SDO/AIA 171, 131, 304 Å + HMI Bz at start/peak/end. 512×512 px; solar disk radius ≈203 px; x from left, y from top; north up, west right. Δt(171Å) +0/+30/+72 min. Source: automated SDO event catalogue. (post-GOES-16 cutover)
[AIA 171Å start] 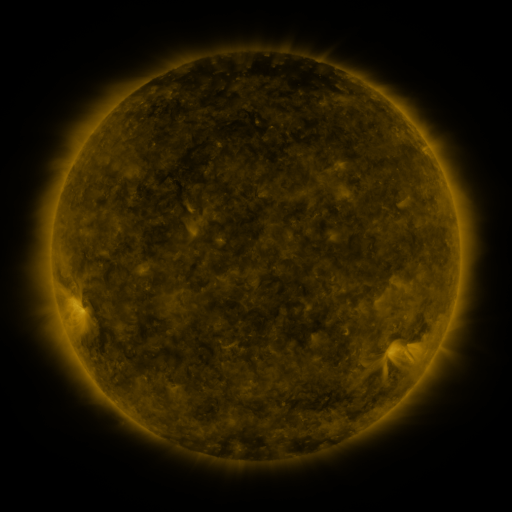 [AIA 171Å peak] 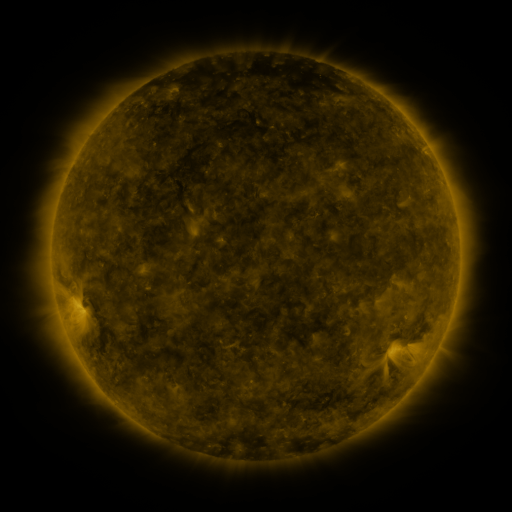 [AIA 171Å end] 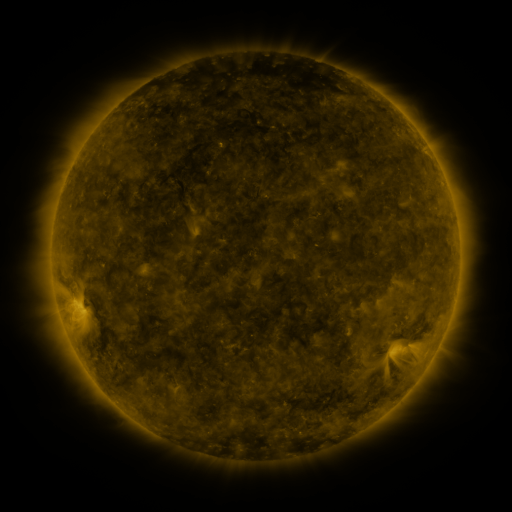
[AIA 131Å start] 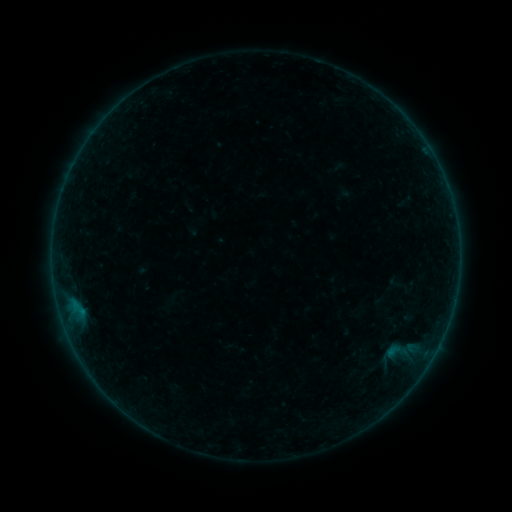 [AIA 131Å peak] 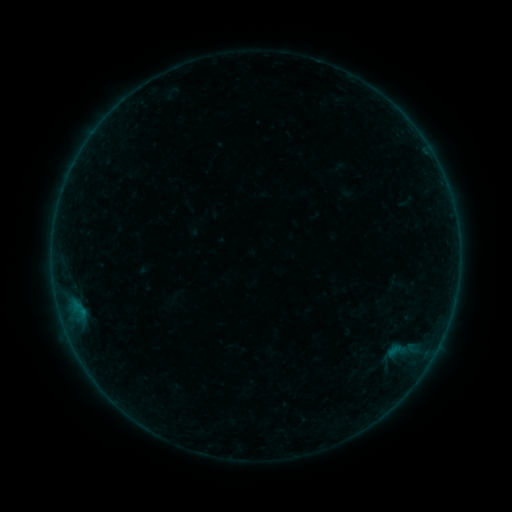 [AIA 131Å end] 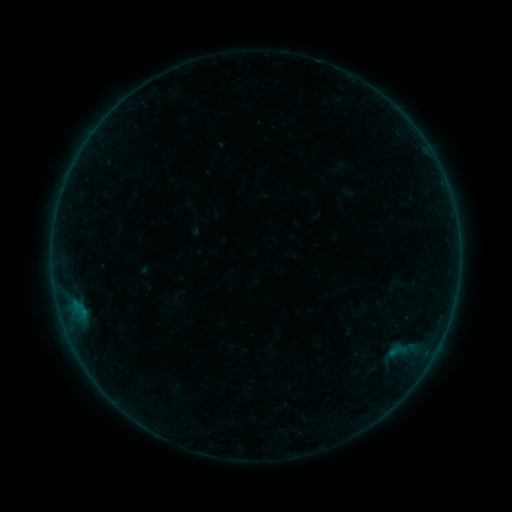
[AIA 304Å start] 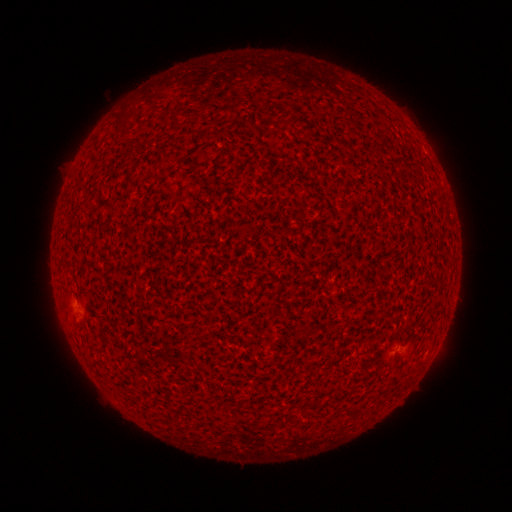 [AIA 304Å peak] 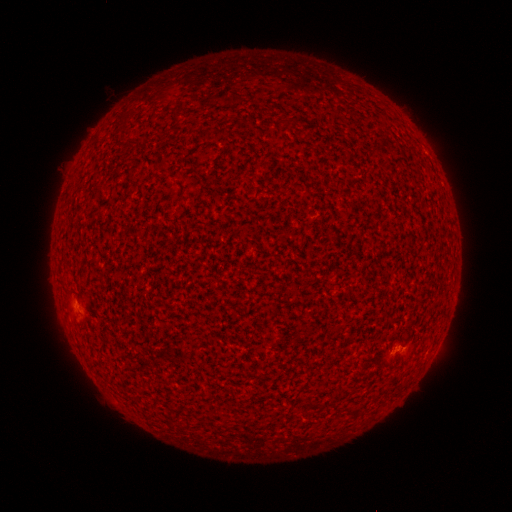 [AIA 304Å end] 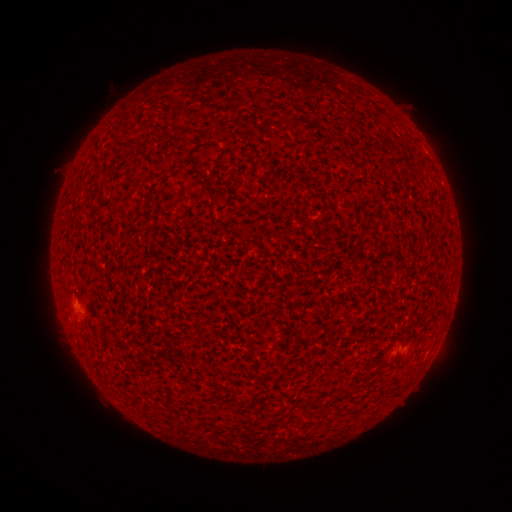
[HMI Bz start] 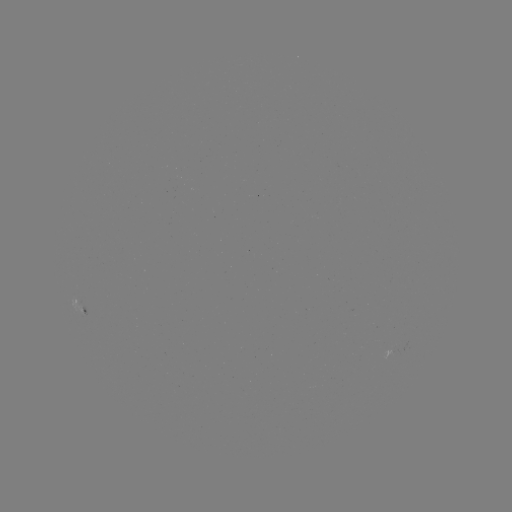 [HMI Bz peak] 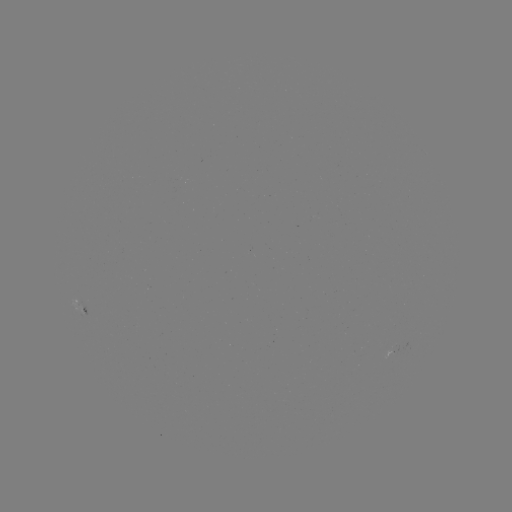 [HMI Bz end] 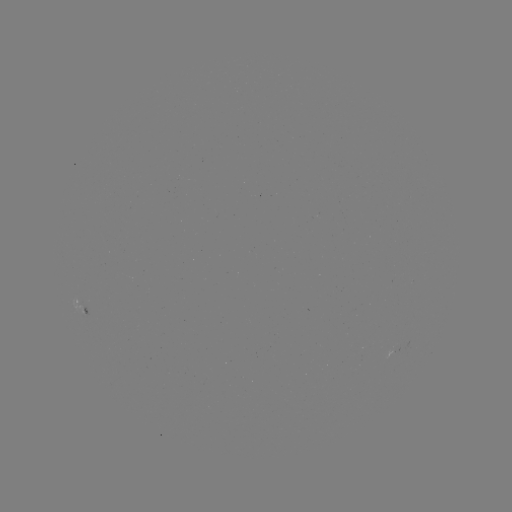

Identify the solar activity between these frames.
A7.5 flare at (395, 347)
